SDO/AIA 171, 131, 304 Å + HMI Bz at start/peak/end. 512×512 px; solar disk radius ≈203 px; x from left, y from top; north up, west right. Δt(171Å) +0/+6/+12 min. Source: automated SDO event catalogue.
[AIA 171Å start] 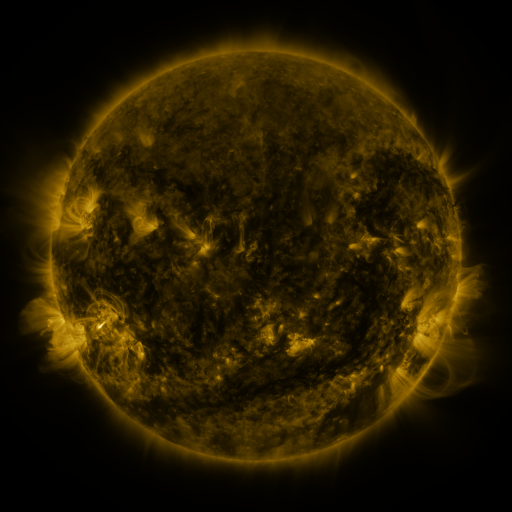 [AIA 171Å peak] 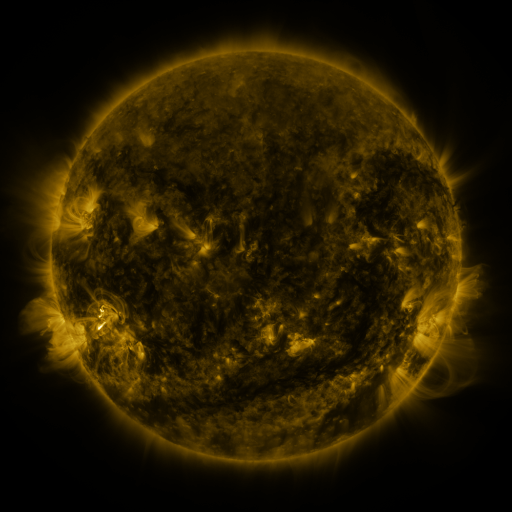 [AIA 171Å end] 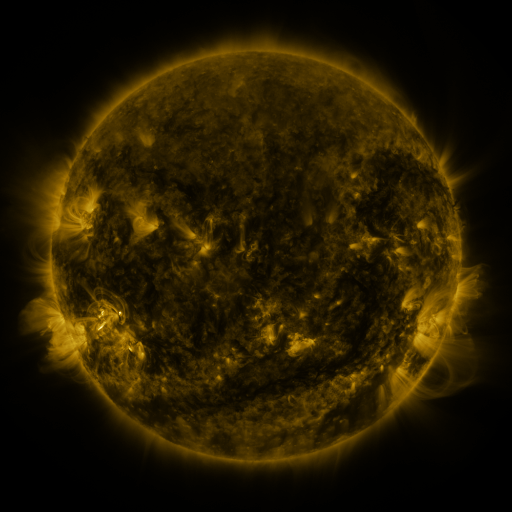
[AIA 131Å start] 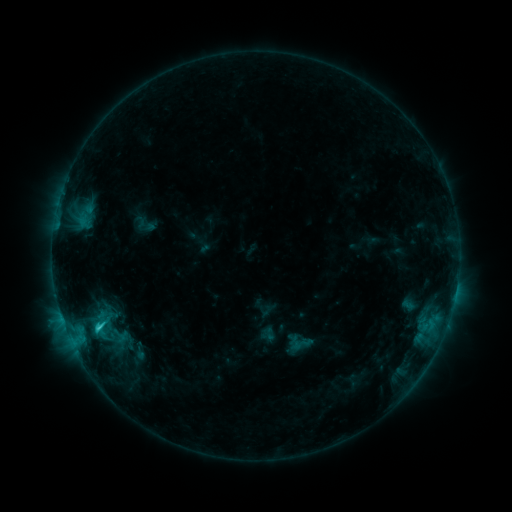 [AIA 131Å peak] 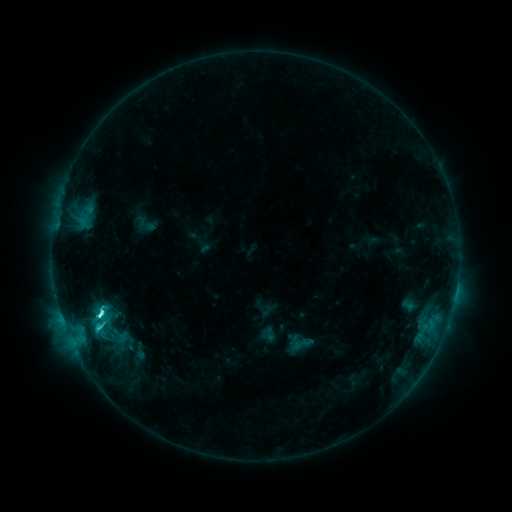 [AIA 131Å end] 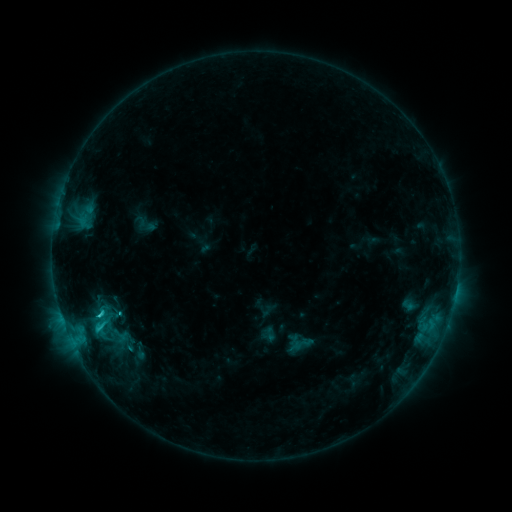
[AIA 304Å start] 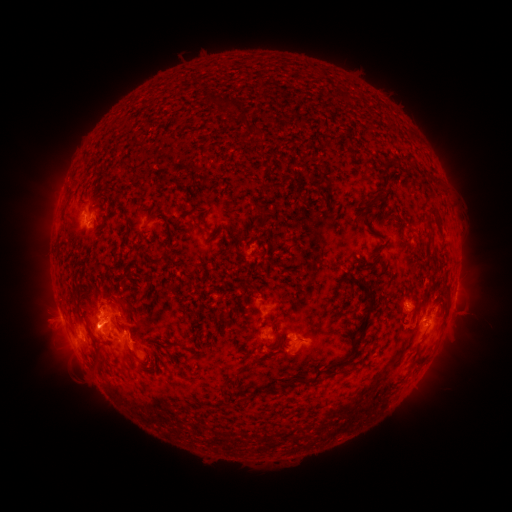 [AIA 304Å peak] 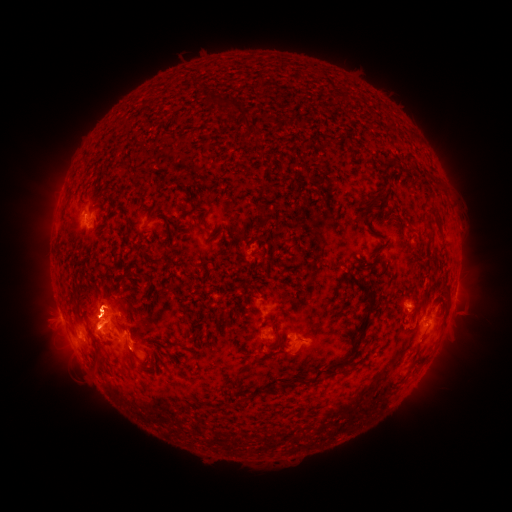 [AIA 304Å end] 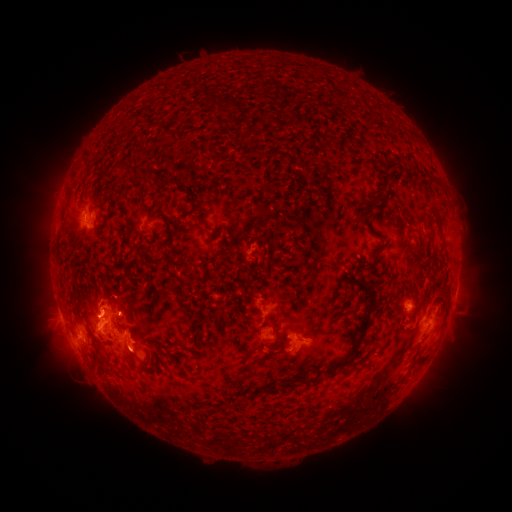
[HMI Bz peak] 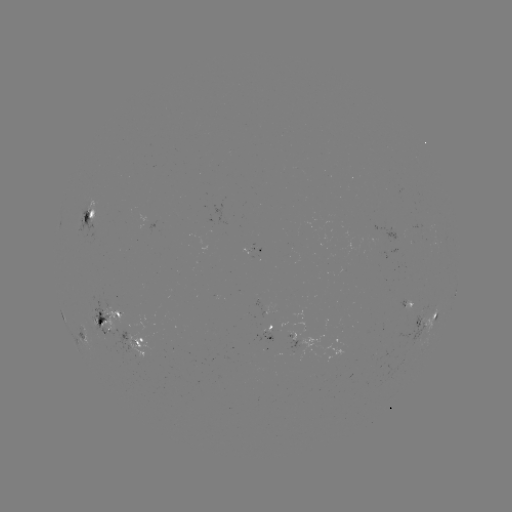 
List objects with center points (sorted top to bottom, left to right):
C4.7 flare: (102, 310)
